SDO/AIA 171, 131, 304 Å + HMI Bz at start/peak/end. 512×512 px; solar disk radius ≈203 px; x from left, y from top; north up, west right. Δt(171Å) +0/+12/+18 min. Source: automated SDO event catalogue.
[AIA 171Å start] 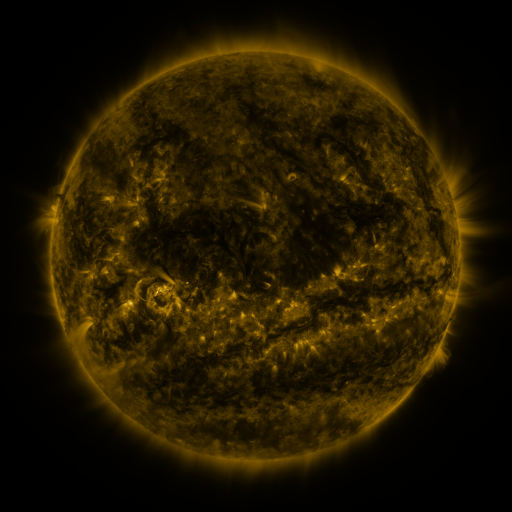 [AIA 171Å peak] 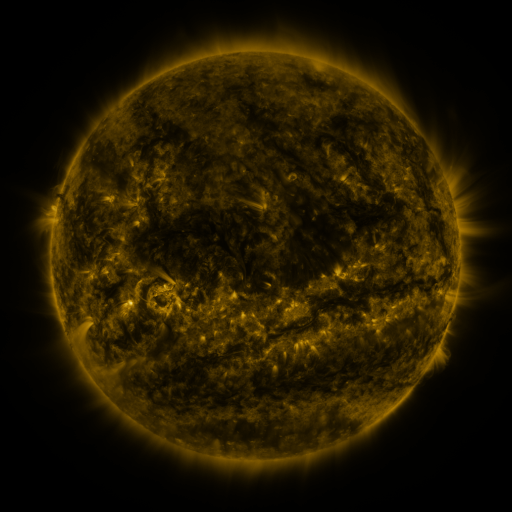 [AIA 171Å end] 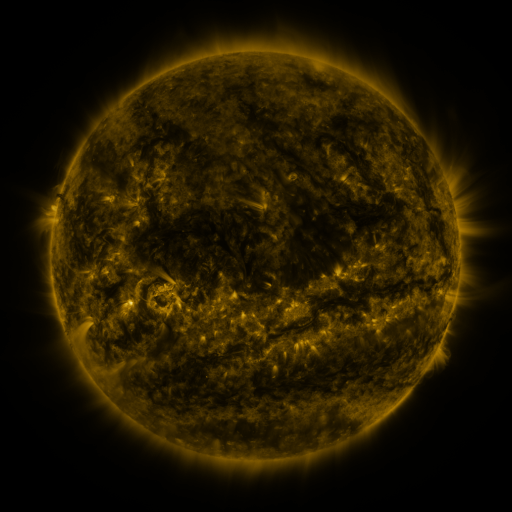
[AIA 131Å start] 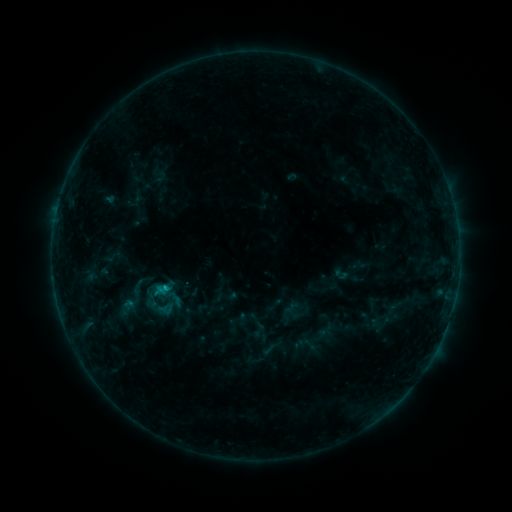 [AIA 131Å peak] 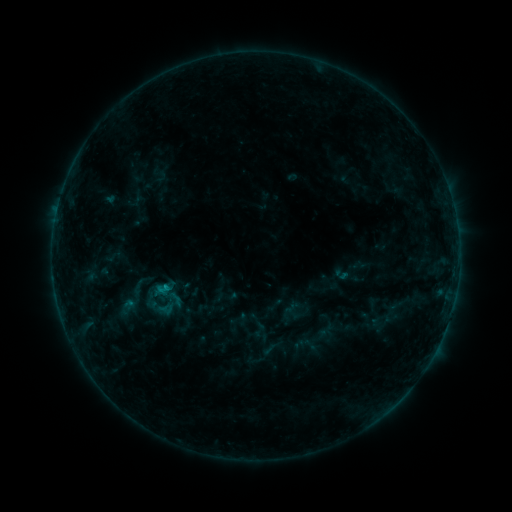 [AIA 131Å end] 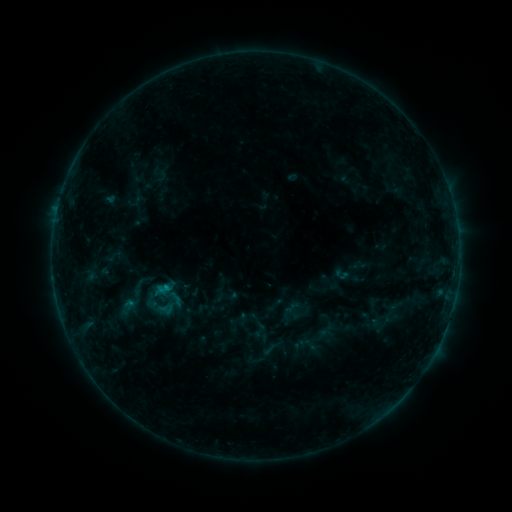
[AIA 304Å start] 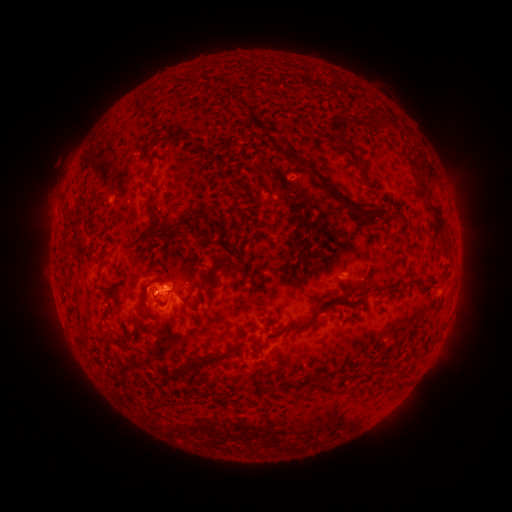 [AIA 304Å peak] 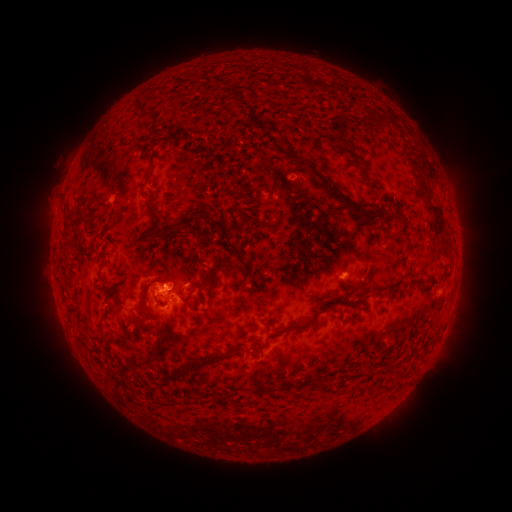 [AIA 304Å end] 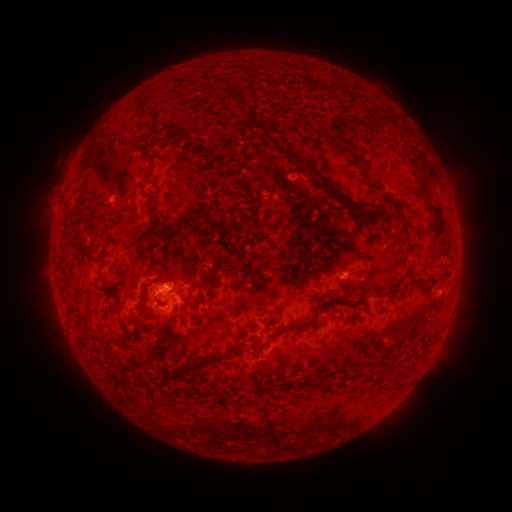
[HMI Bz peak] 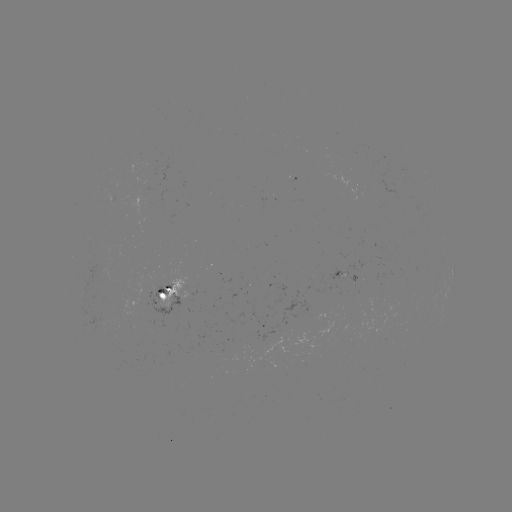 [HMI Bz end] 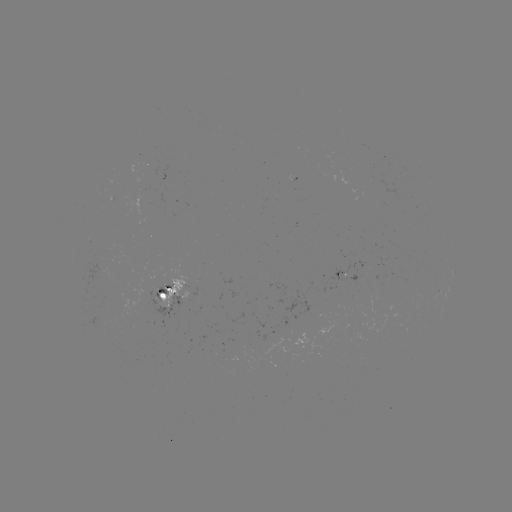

no catalogued flare and no flagged EUV brightening in this window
